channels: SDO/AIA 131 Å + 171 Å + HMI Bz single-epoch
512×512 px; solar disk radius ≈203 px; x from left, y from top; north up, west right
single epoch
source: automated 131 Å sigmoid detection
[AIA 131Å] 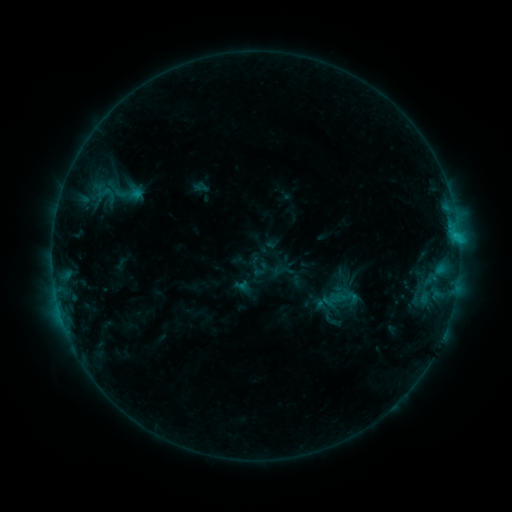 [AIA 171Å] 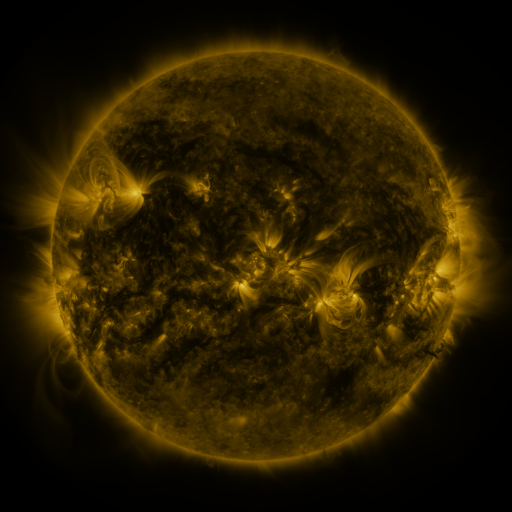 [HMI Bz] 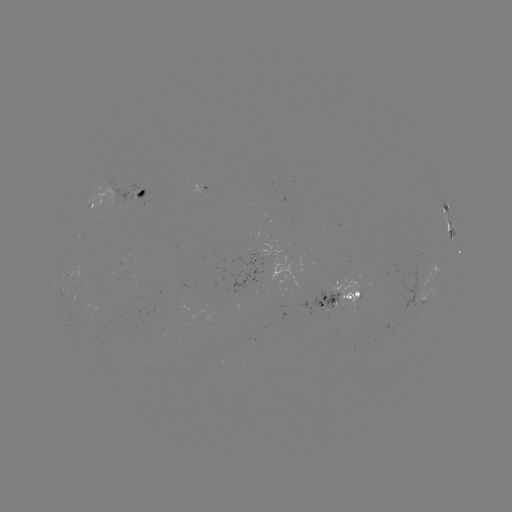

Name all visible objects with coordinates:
sigmoid: (106, 193)
sigmoid: (350, 297)
